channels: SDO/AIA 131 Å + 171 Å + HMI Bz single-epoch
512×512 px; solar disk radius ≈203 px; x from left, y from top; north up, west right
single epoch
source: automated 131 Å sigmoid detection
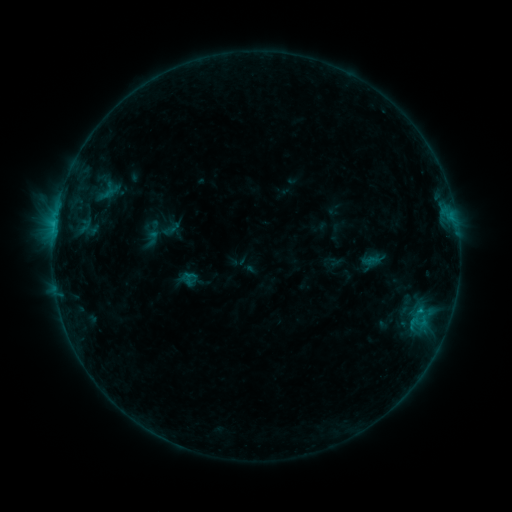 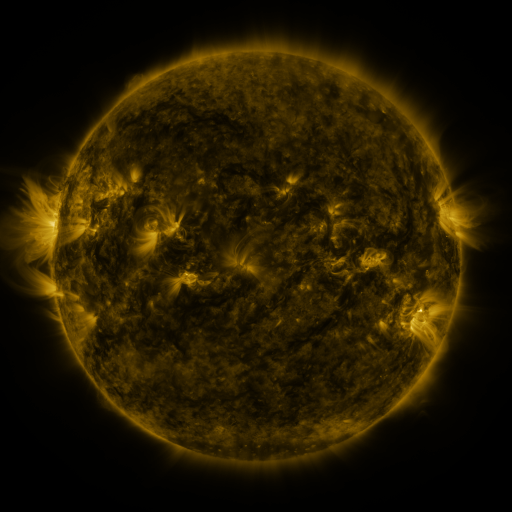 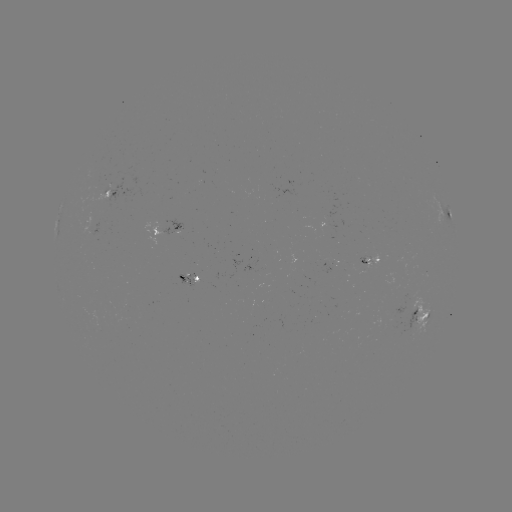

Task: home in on sigmoid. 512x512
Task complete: (187, 279).